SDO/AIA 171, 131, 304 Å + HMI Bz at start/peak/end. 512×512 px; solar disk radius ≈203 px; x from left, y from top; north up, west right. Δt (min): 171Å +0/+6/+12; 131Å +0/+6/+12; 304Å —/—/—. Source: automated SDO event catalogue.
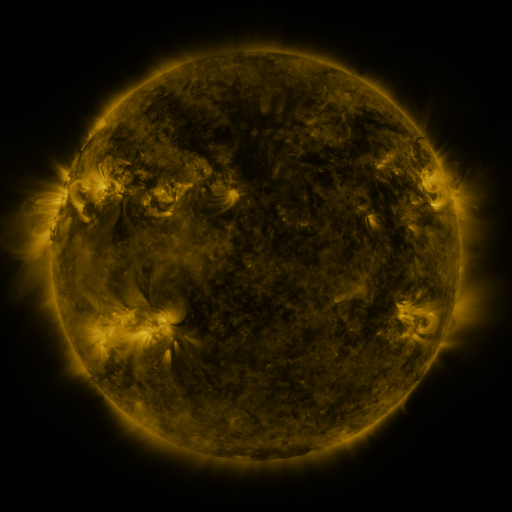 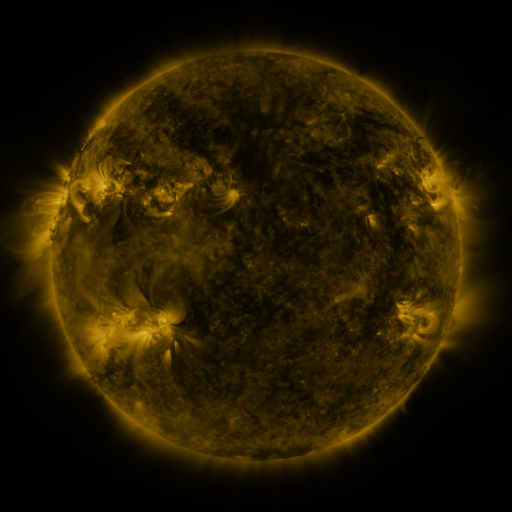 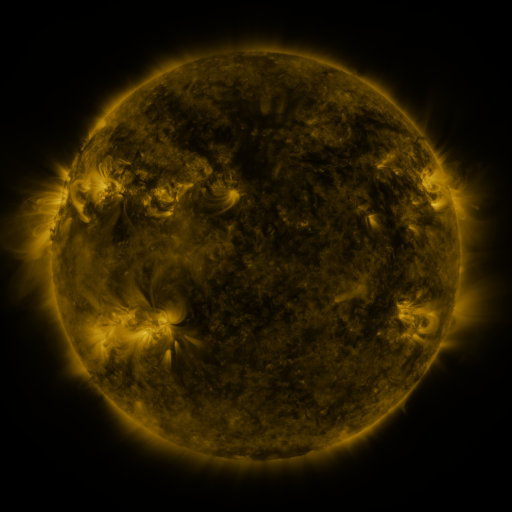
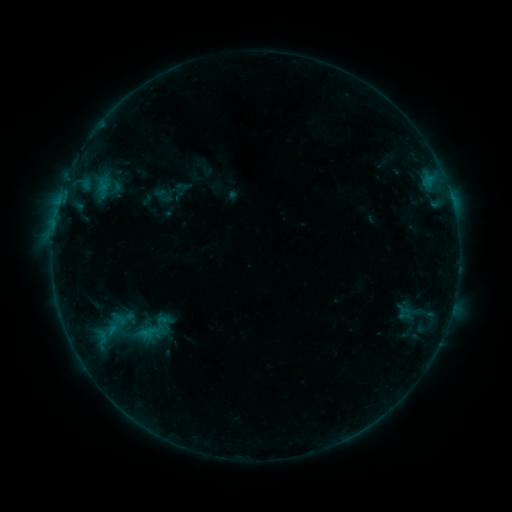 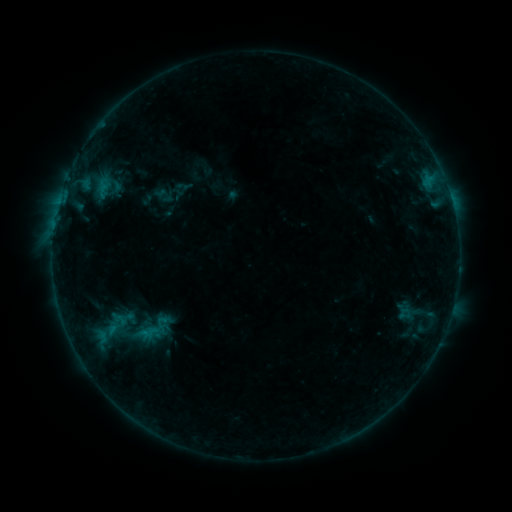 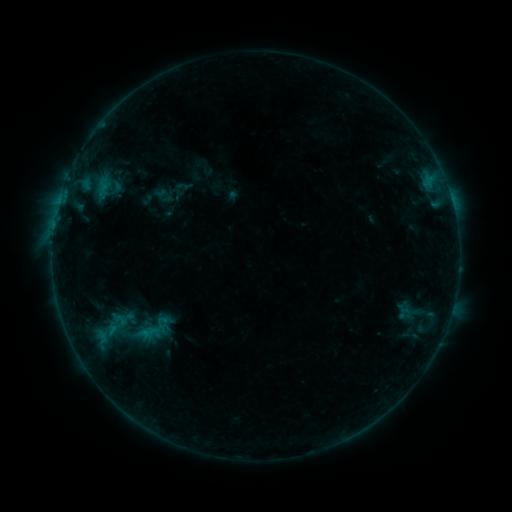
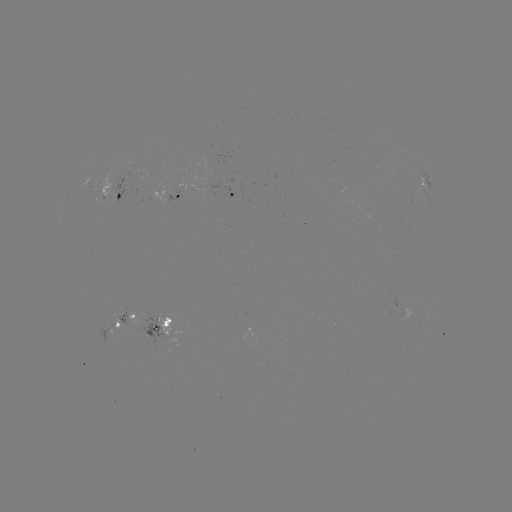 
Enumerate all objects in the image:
eruption: (275, 252)
